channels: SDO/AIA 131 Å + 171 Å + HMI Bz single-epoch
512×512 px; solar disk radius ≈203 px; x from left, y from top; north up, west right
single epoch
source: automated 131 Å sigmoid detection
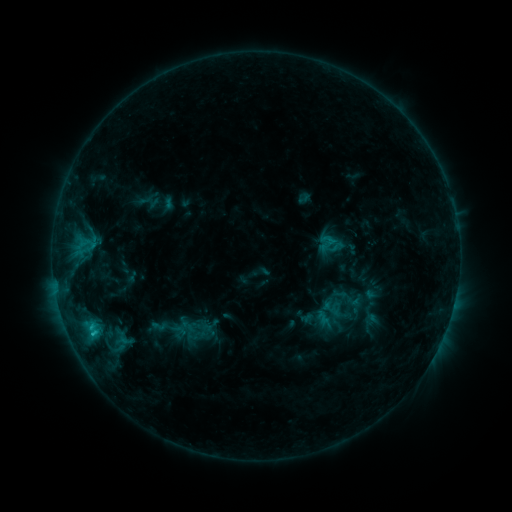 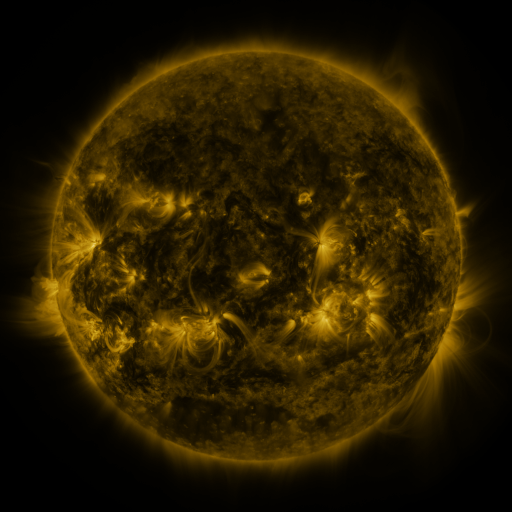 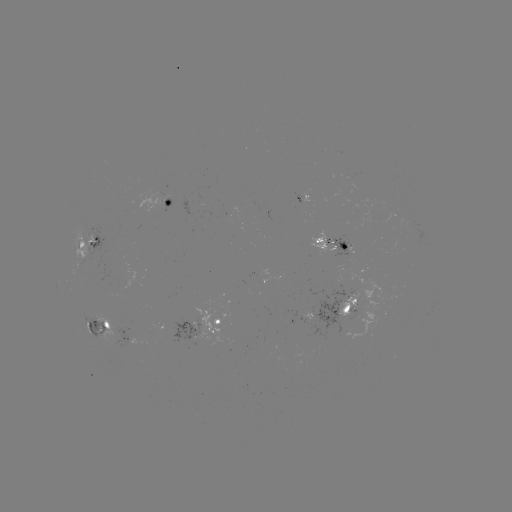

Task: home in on sigmoid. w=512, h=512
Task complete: (159, 326).